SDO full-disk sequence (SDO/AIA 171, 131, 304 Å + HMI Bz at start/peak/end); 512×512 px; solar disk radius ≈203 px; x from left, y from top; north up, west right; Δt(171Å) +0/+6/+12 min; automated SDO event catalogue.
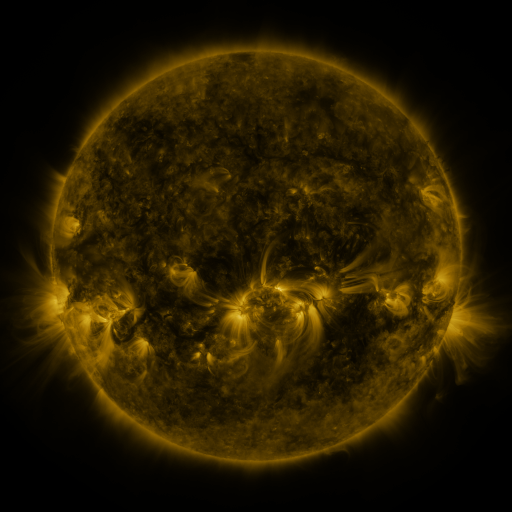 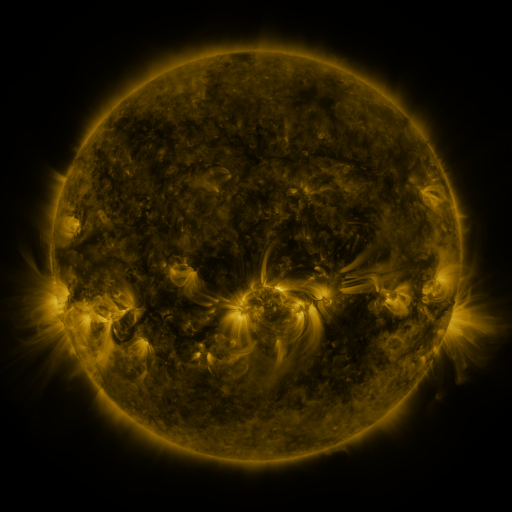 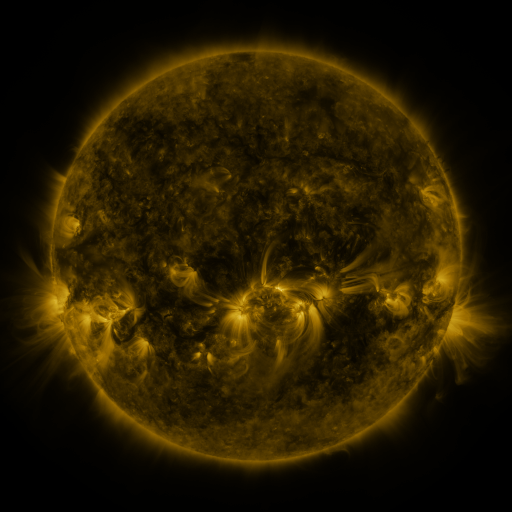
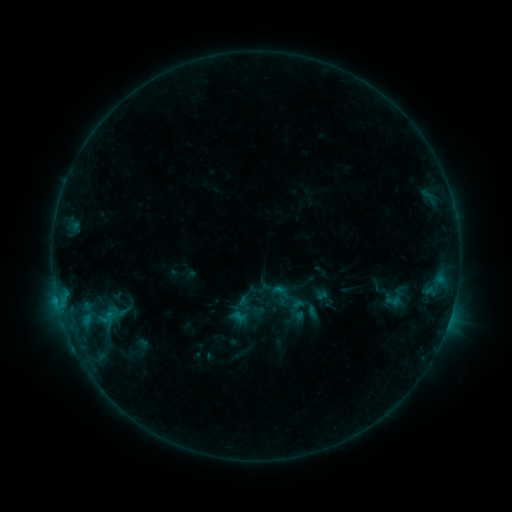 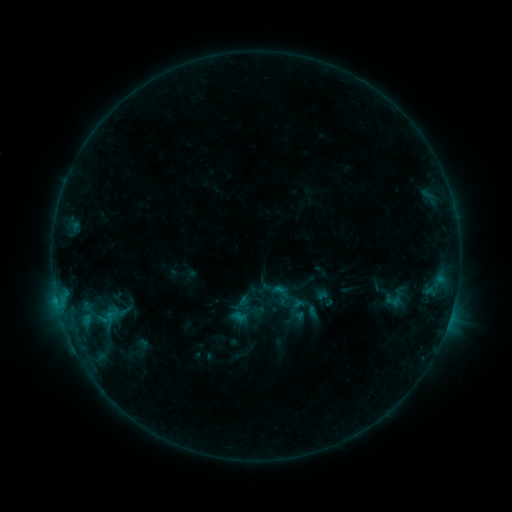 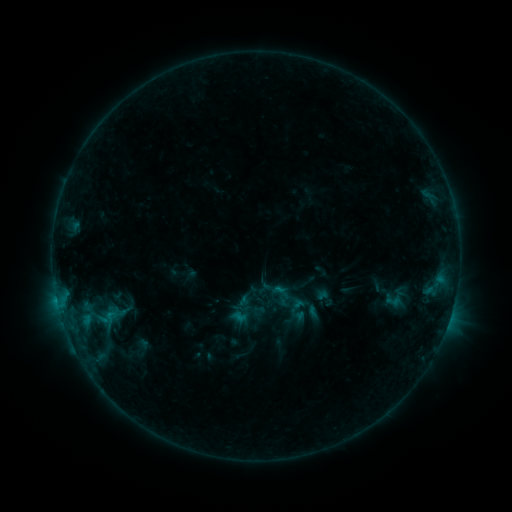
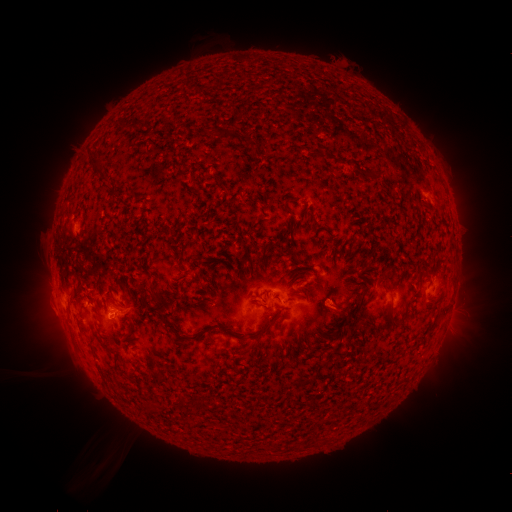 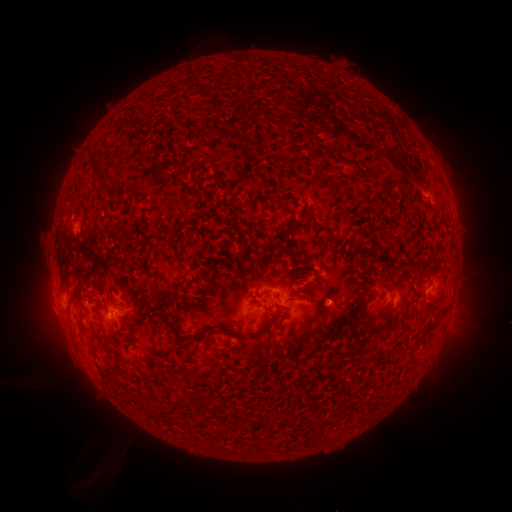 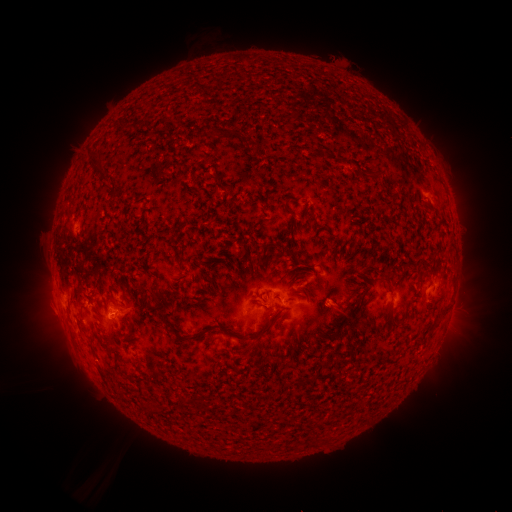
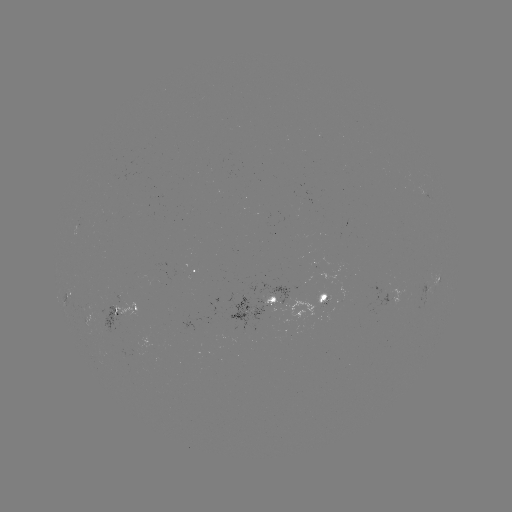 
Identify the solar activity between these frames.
no flare in any classed list; no EUV-trigger detection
